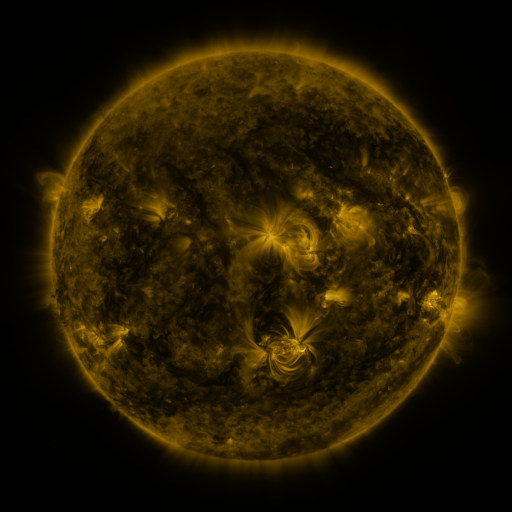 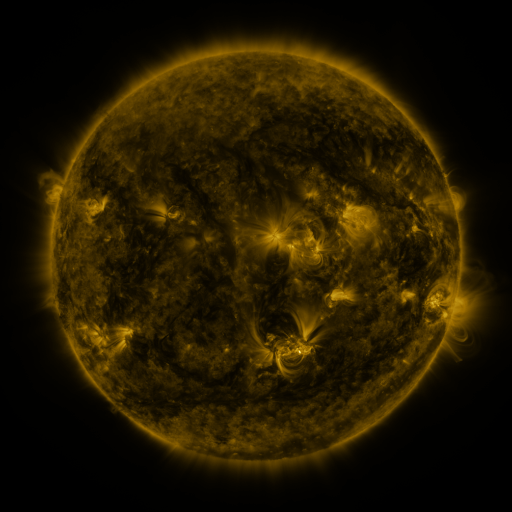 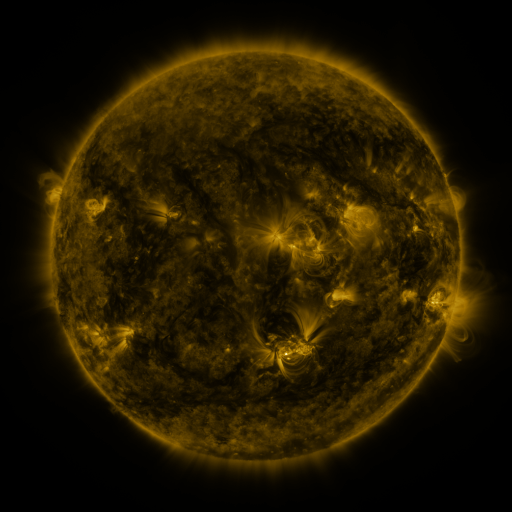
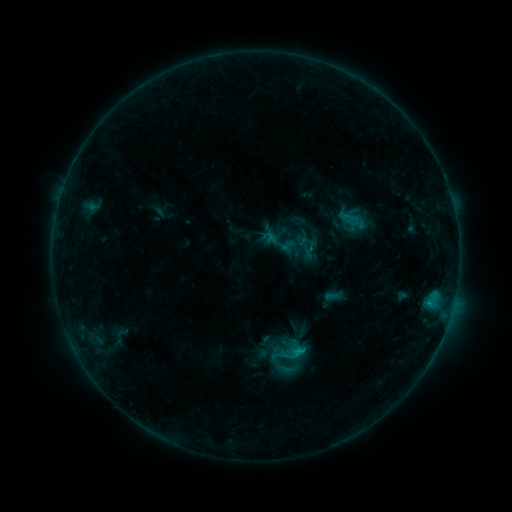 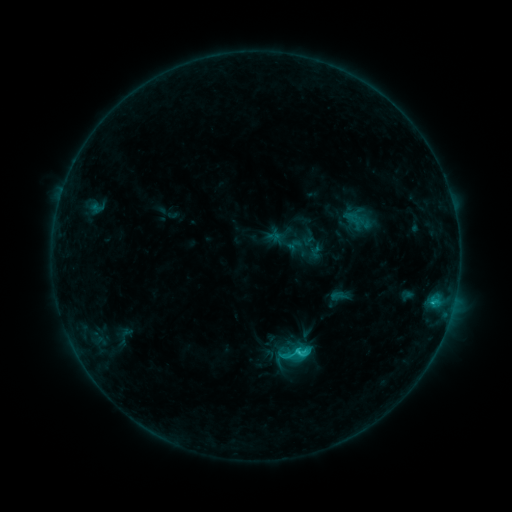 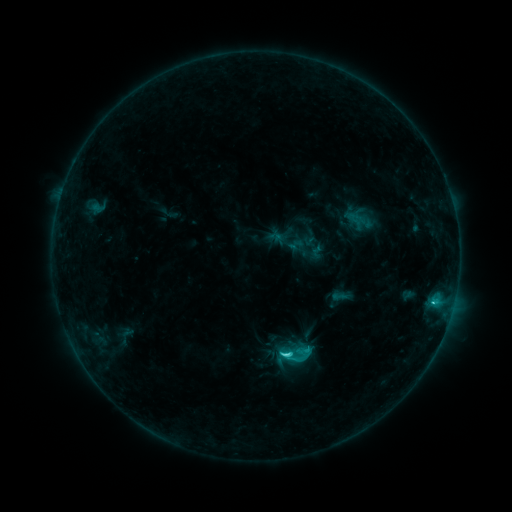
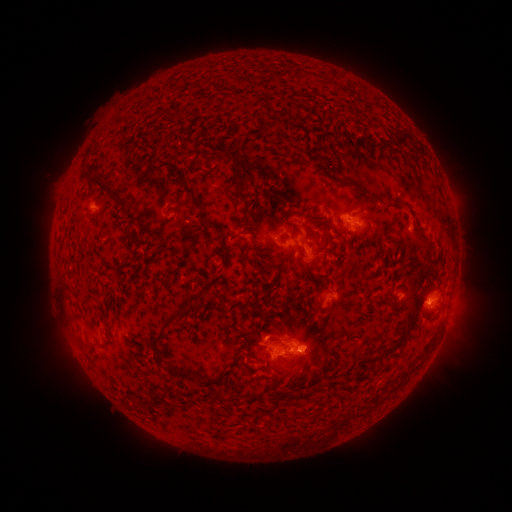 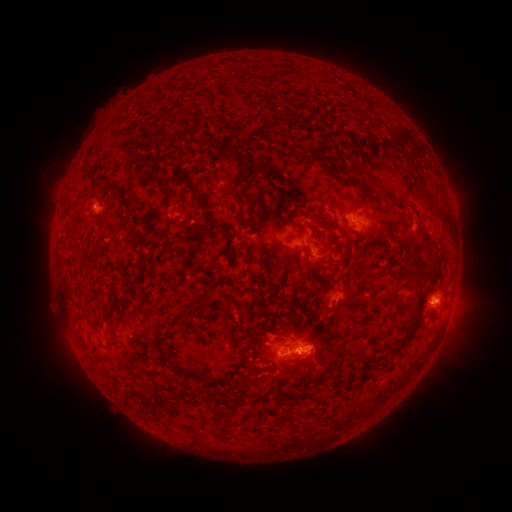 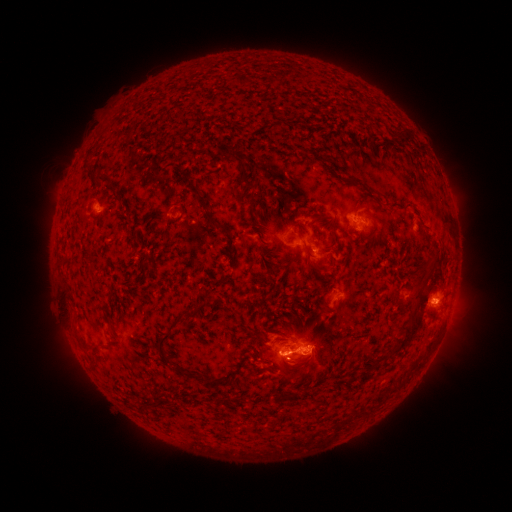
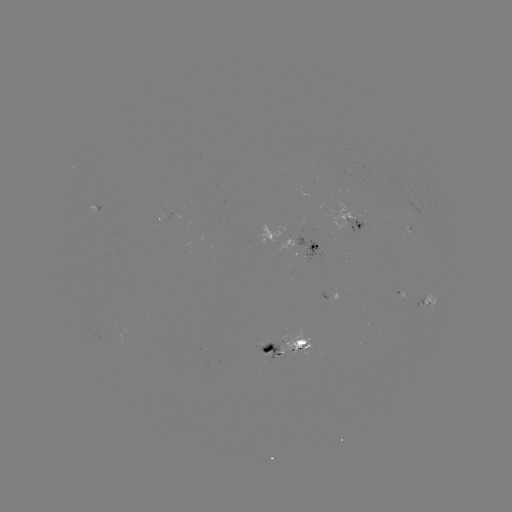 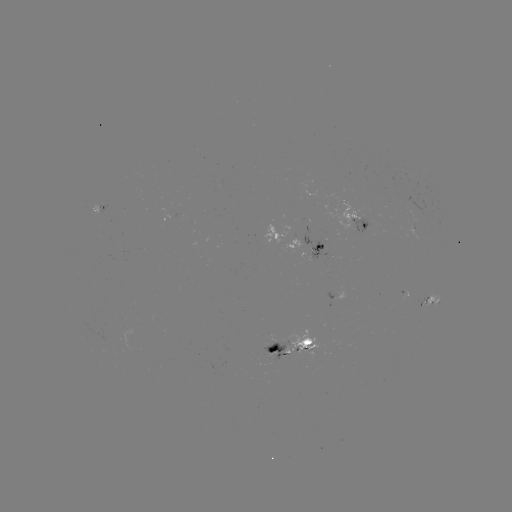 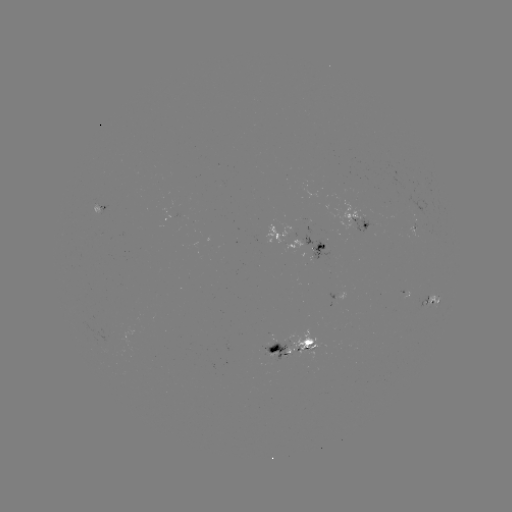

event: emerging-flux region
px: (424, 302)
